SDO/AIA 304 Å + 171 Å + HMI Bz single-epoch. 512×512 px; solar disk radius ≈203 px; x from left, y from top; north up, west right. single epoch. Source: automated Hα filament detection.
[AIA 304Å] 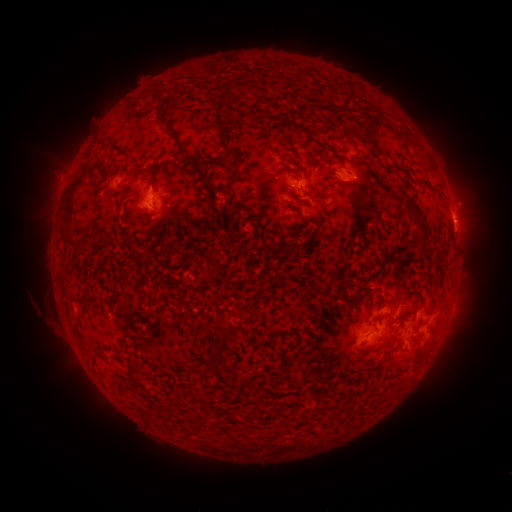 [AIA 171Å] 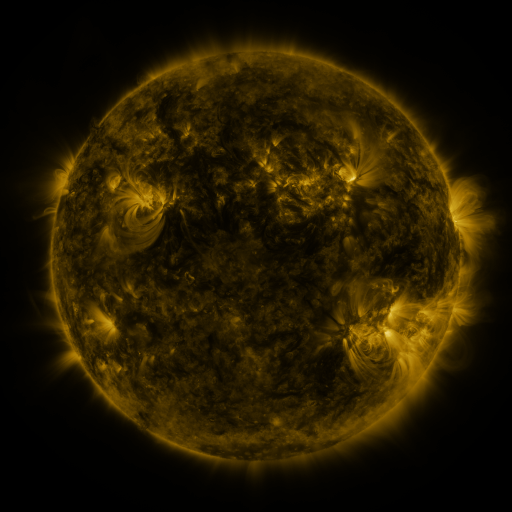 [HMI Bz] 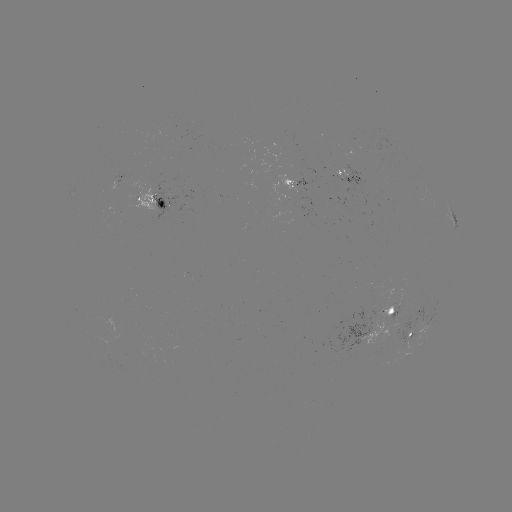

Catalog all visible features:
filament: <bbox>150, 86, 166, 110</bbox>
filament: <bbox>212, 100, 228, 139</bbox>
filament: <bbox>158, 119, 173, 133</bbox>
filament: <bbox>271, 124, 283, 146</bbox>
filament: <bbox>176, 141, 183, 154</bbox>
filament: <bbox>223, 143, 234, 157</bbox>
filament: <bbox>205, 156, 216, 169</bbox>
filament: <bbox>189, 163, 228, 193</bbox>
filament: <bbox>377, 163, 400, 172</bbox>
filament: <bbox>62, 169, 90, 222</bbox>
filament: <bbox>404, 198, 429, 252</bbox>
filament: <bbox>156, 199, 166, 209</bbox>
filament: <bbox>137, 219, 146, 227</bbox>
filament: <bbox>63, 224, 74, 234</bbox>
filament: <bbox>290, 245, 298, 255</bbox>
filament: <bbox>207, 247, 222, 276</bbox>
filament: <bbox>68, 290, 78, 301</bbox>
filament: <bbox>215, 322, 240, 347</bbox>
filament: <bbox>211, 345, 221, 357</bbox>
filament: <bbox>394, 345, 403, 351</bbox>
filament: <bbox>92, 351, 102, 358</bbox>
filament: <bbox>204, 364, 213, 374</bbox>
filament: <bbox>127, 370, 135, 381</bbox>
